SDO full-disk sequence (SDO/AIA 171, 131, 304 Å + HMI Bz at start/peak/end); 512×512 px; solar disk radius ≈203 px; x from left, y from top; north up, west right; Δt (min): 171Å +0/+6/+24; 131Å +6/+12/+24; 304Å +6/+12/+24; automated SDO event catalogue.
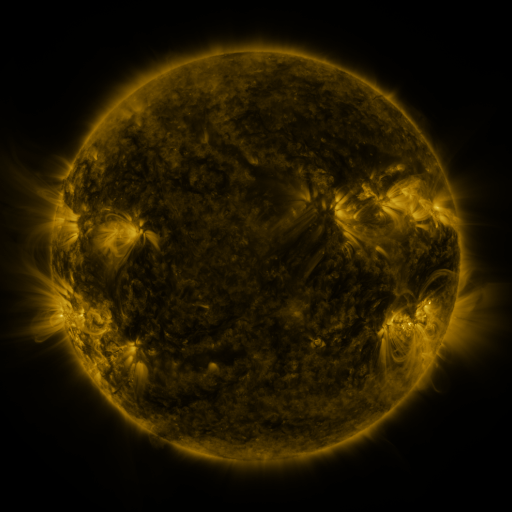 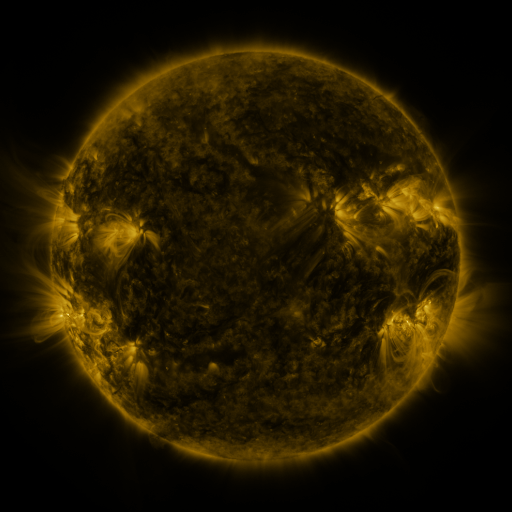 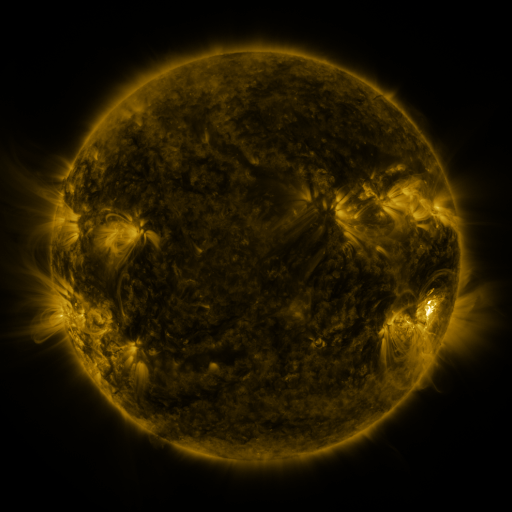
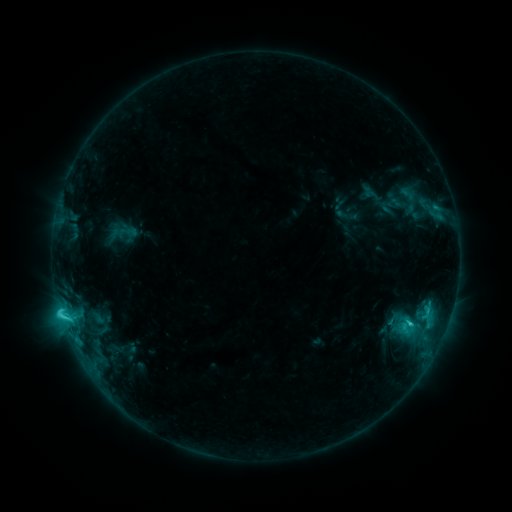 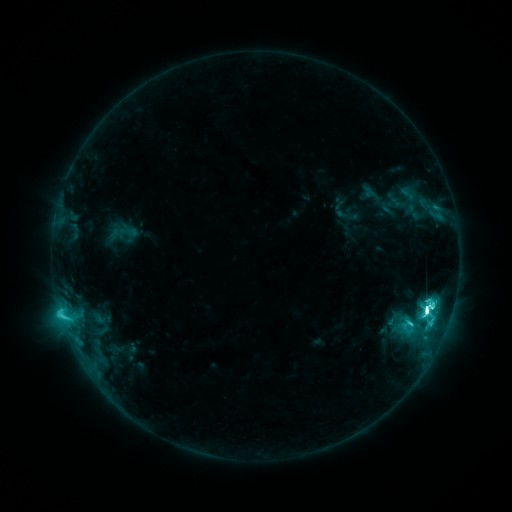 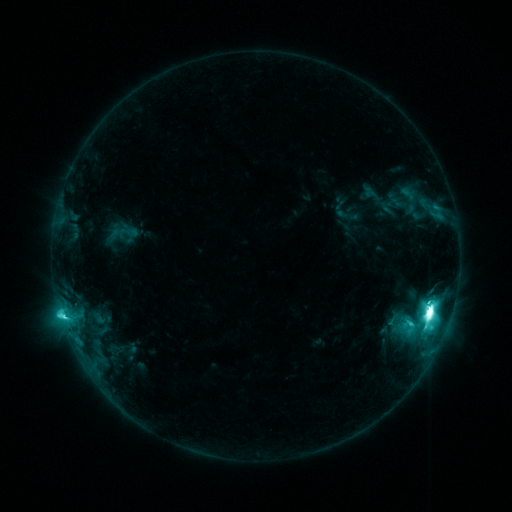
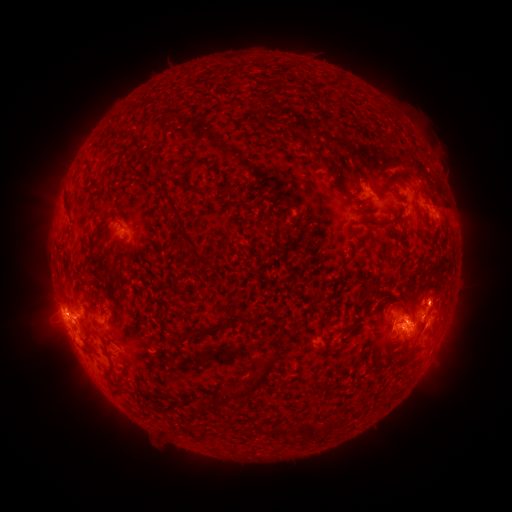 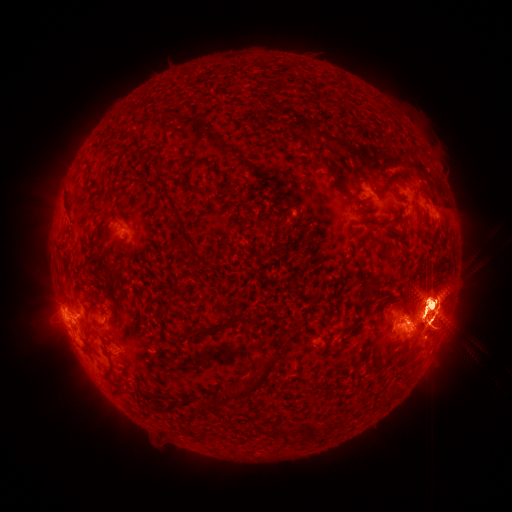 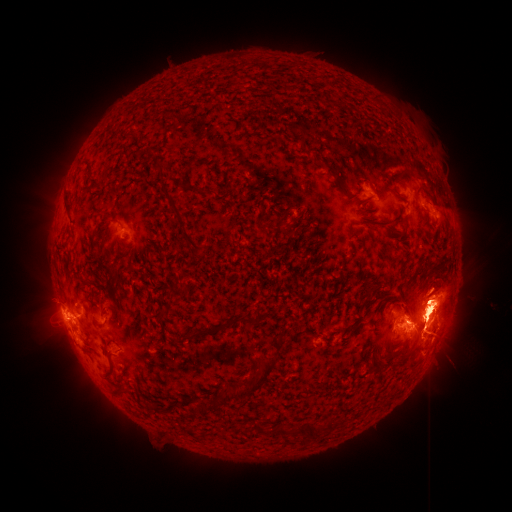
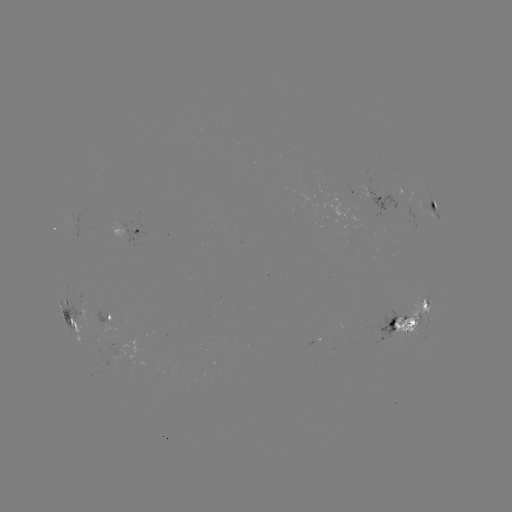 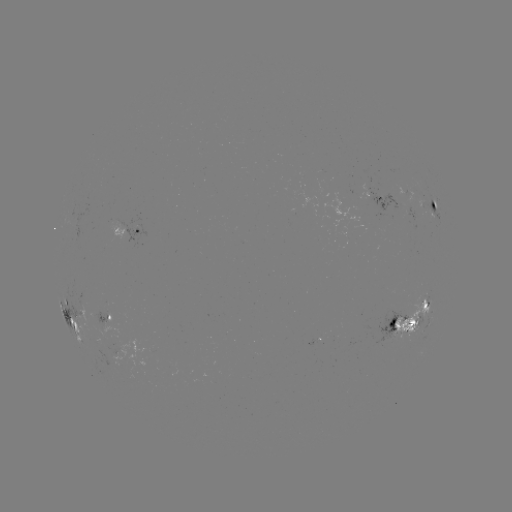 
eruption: <bbox>352, 156, 511, 427</bbox>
